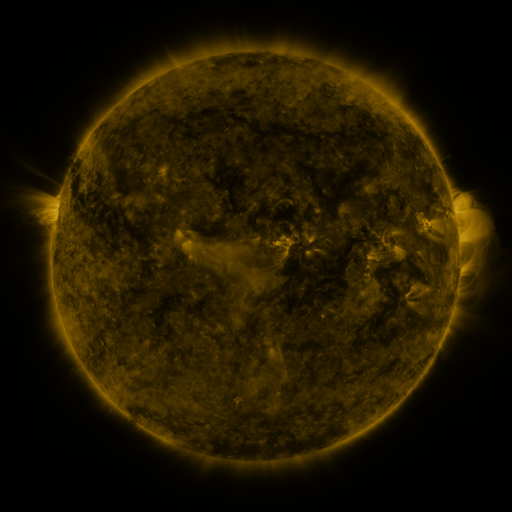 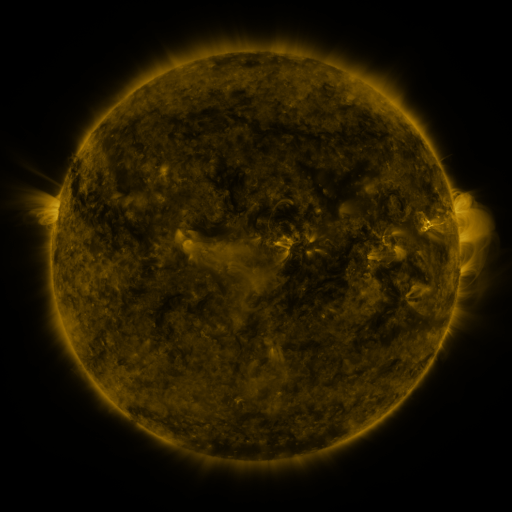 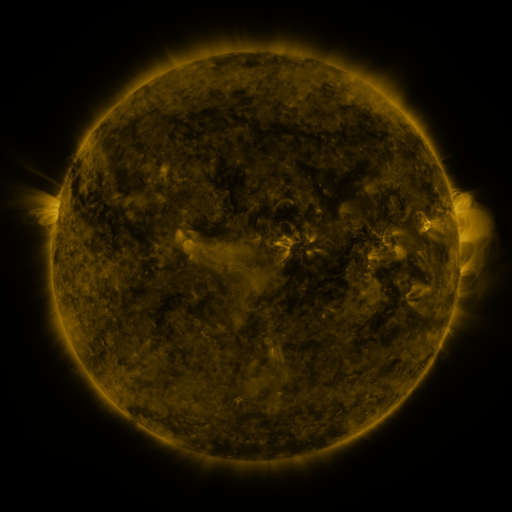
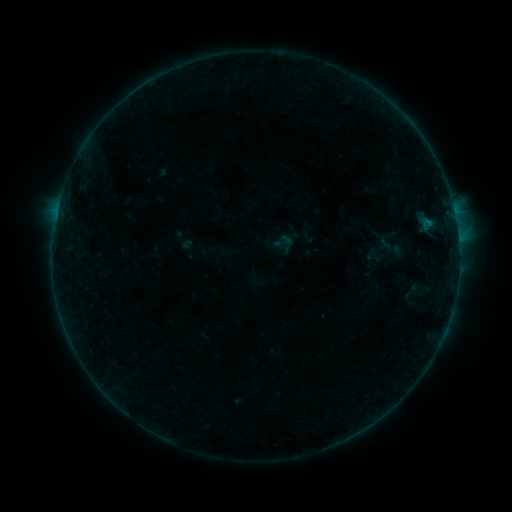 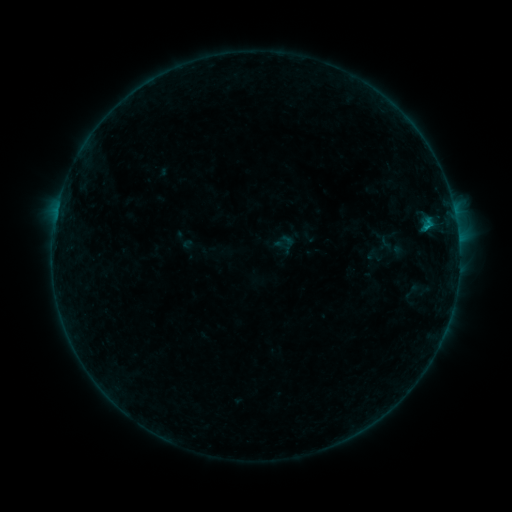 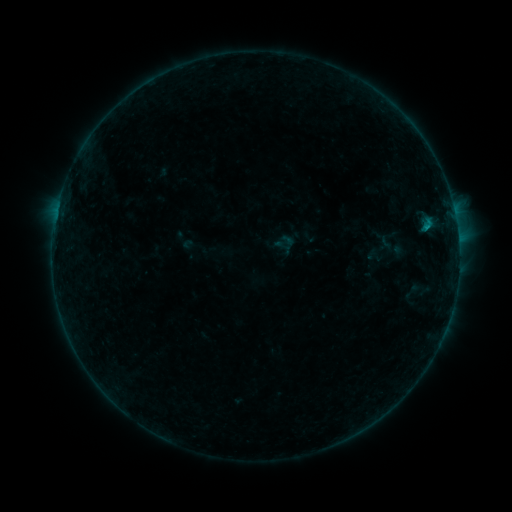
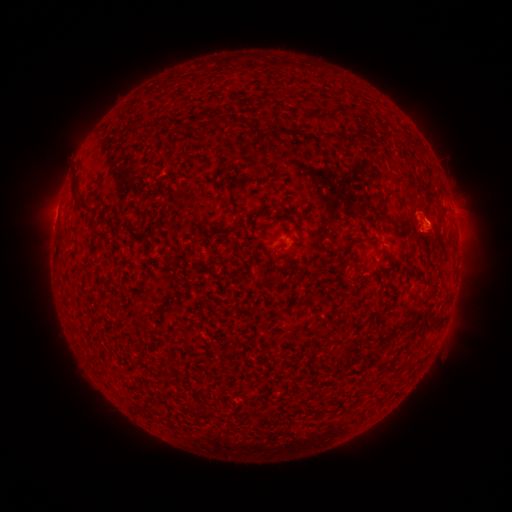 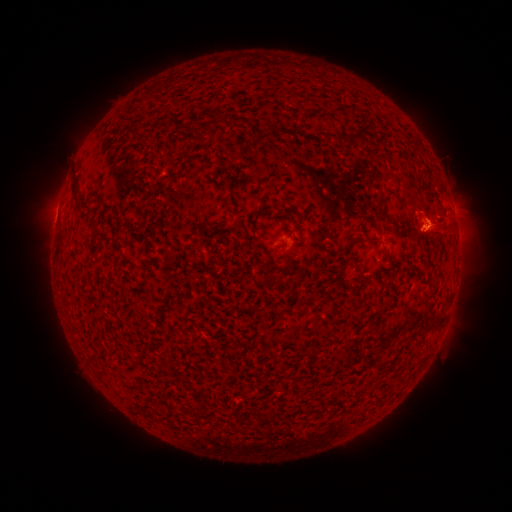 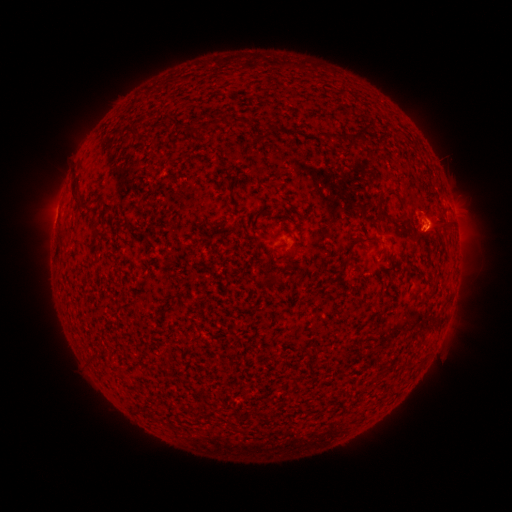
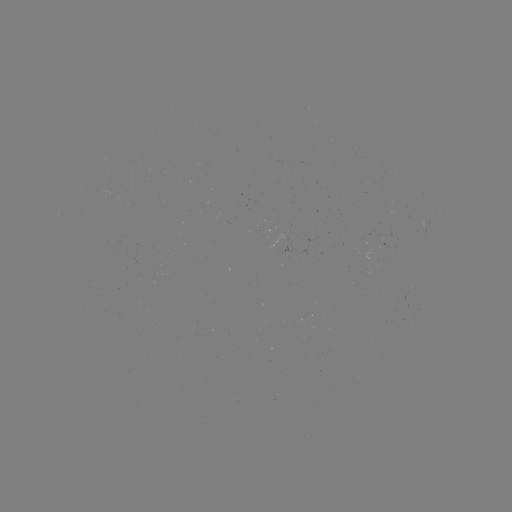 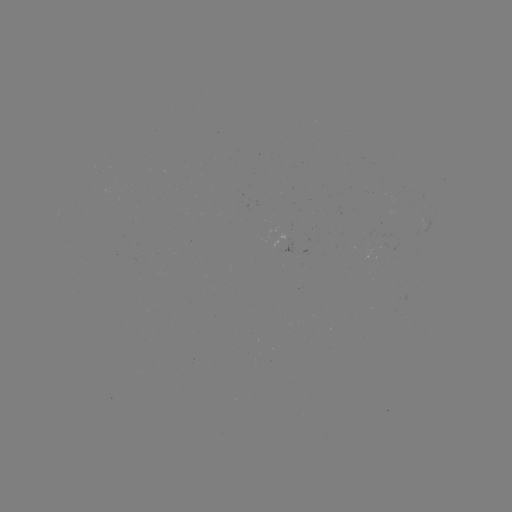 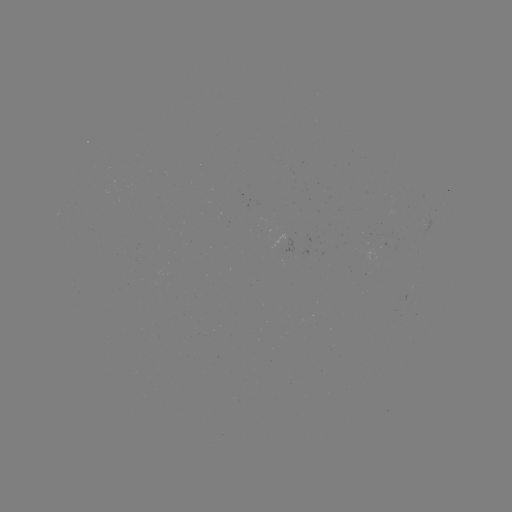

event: flare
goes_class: B3.7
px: (426, 228)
